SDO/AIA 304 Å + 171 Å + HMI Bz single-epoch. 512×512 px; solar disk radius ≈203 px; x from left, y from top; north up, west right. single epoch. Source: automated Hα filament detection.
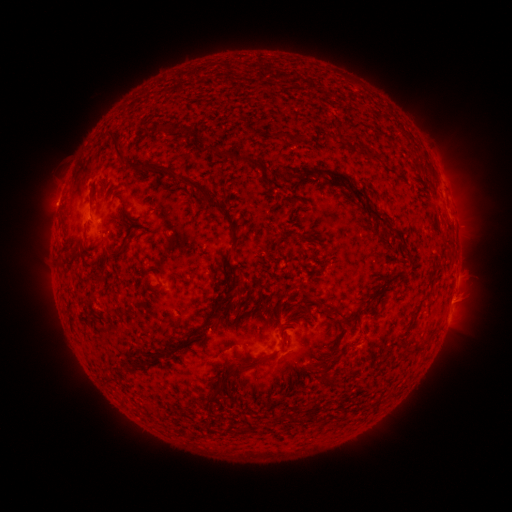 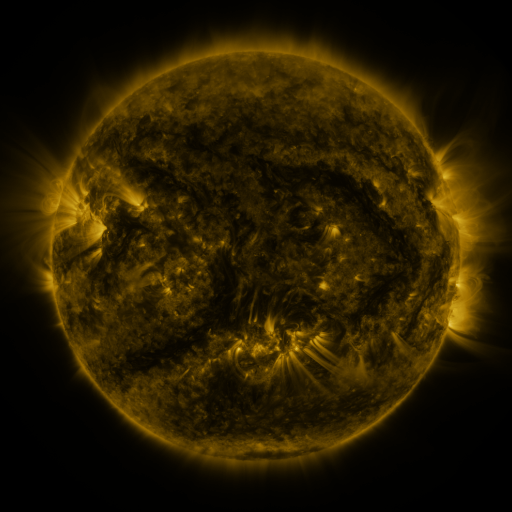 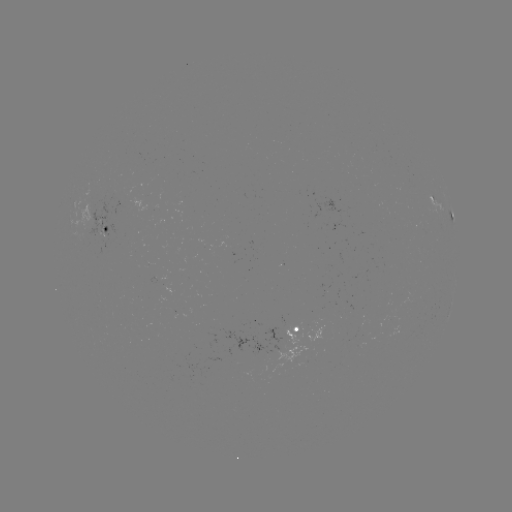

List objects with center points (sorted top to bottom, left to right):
filament: (160, 132)
filament: (184, 134)
filament: (284, 135)
filament: (366, 153)
filament: (221, 154)
filament: (247, 161)
filament: (321, 171)
filament: (183, 182)
filament: (101, 187)
filament: (369, 207)
filament: (124, 210)
filament: (124, 247)
filament: (145, 275)
filament: (303, 289)
filament: (319, 301)
filament: (340, 320)
filament: (284, 328)
filament: (201, 329)
filament: (315, 363)
filament: (252, 364)
filament: (135, 368)
filament: (331, 378)
filament: (226, 381)
